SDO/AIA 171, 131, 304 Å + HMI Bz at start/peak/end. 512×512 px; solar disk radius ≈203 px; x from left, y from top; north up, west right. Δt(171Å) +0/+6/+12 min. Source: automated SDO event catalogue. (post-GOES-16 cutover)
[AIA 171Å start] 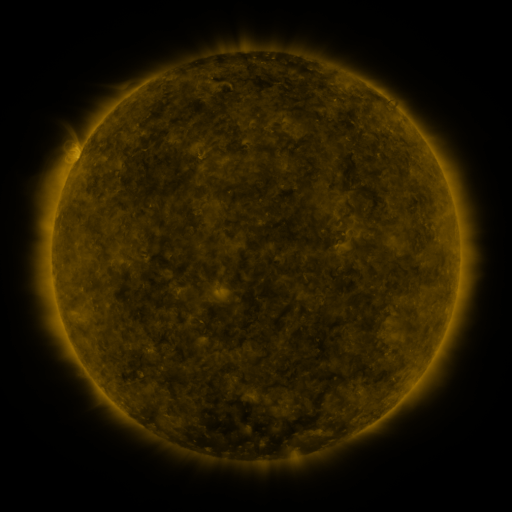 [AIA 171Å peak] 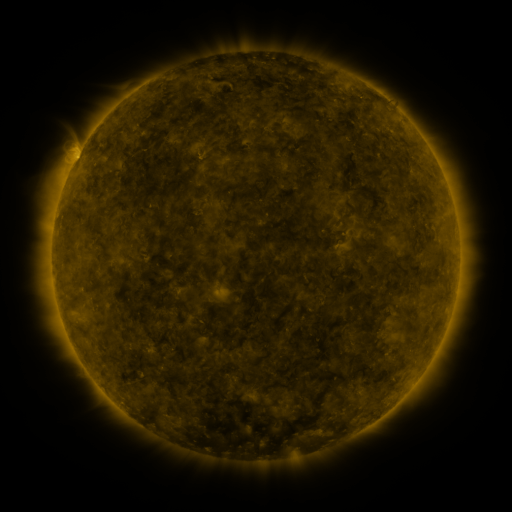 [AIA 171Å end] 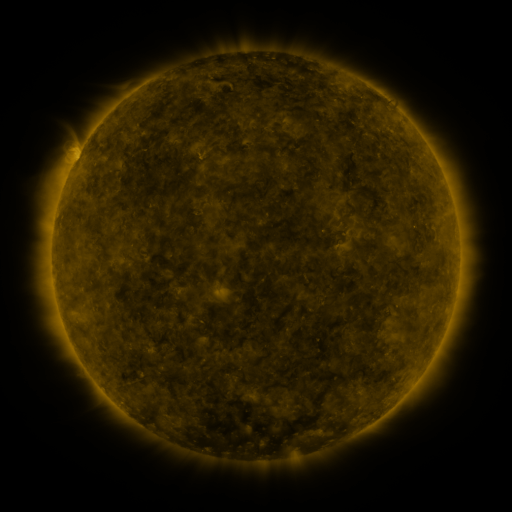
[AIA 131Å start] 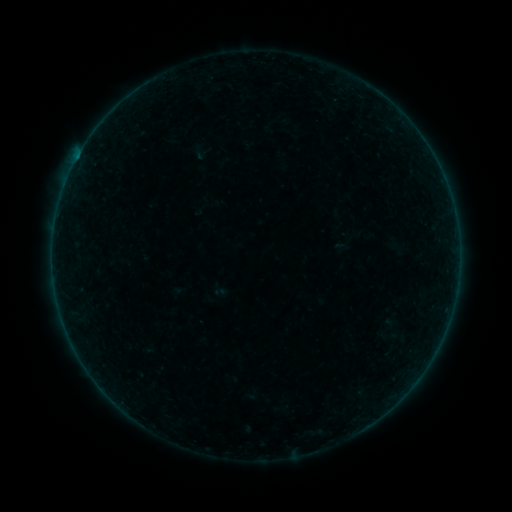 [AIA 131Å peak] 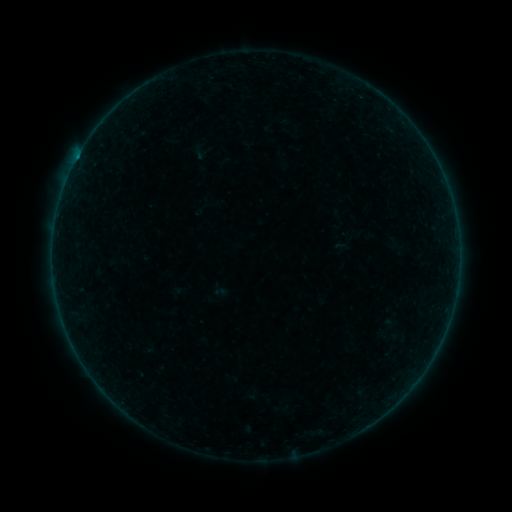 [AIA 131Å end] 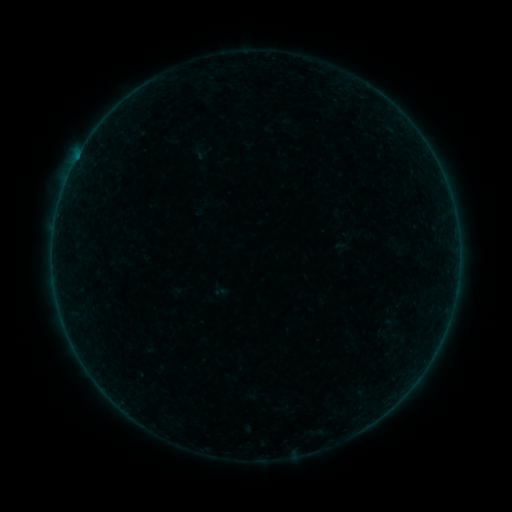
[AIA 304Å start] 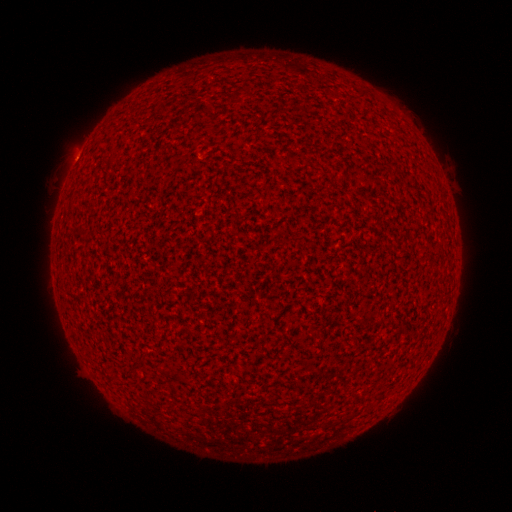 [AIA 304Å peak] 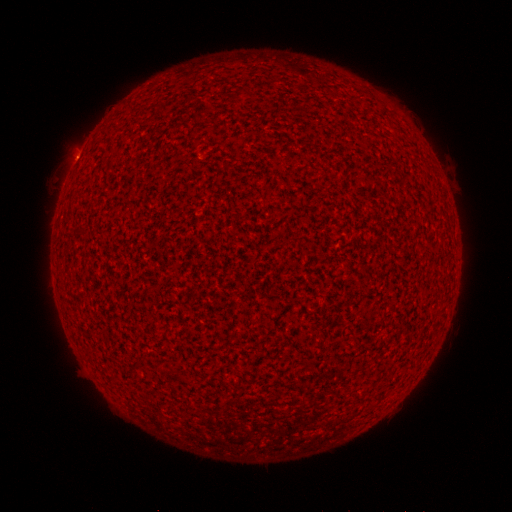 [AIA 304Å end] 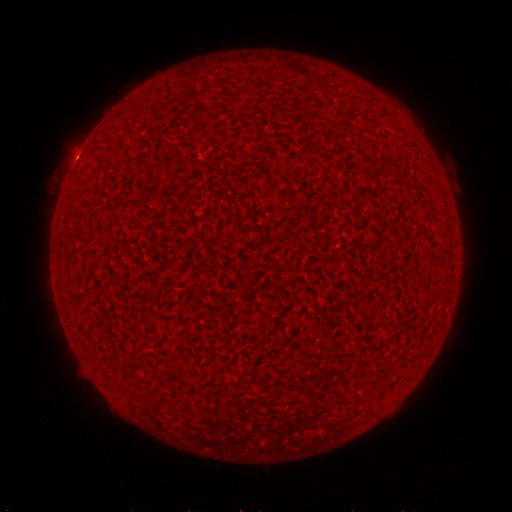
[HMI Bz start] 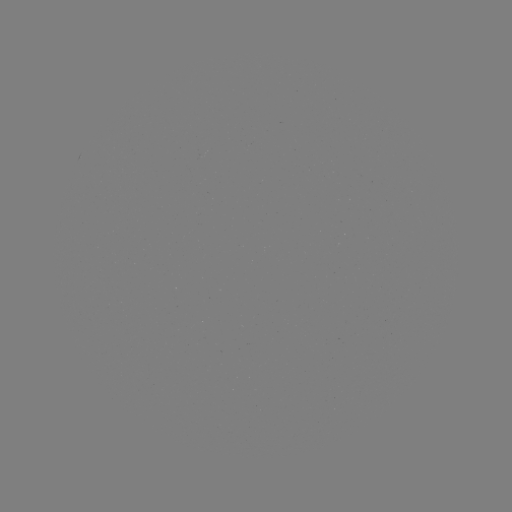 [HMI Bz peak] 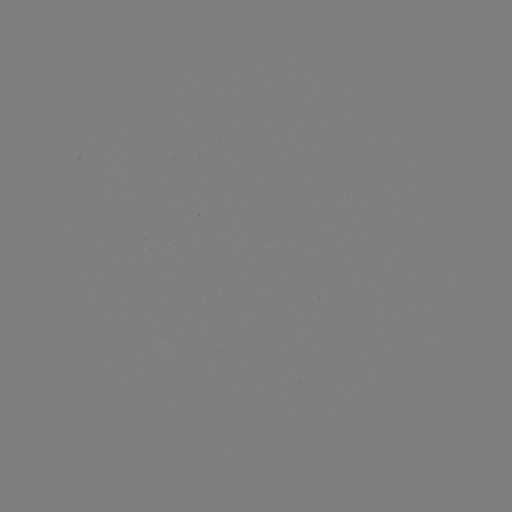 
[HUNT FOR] A3.6 flare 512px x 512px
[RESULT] [77, 159]